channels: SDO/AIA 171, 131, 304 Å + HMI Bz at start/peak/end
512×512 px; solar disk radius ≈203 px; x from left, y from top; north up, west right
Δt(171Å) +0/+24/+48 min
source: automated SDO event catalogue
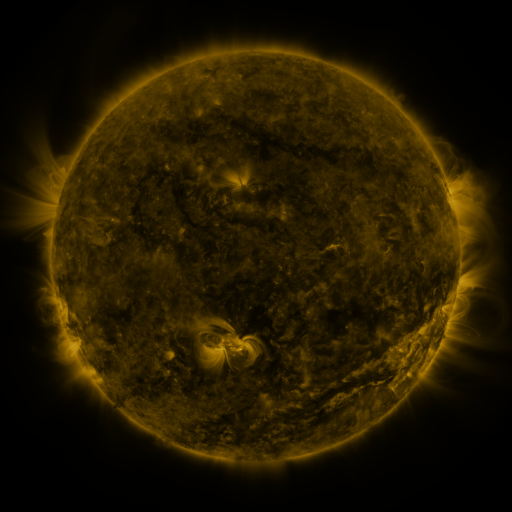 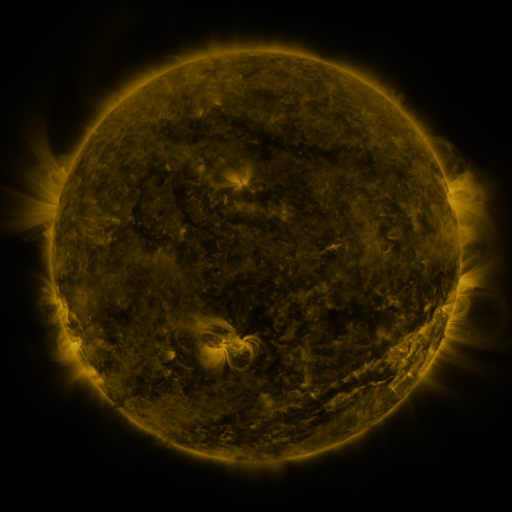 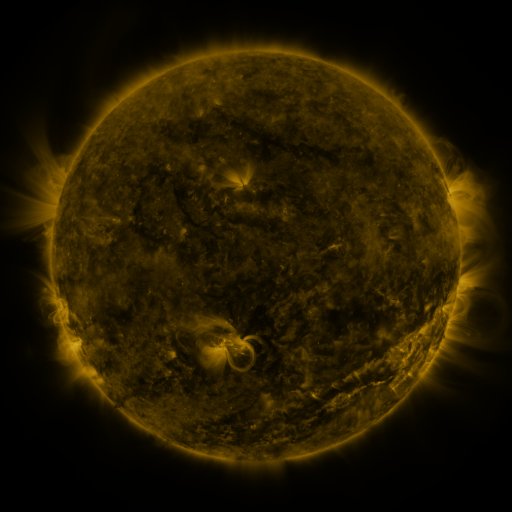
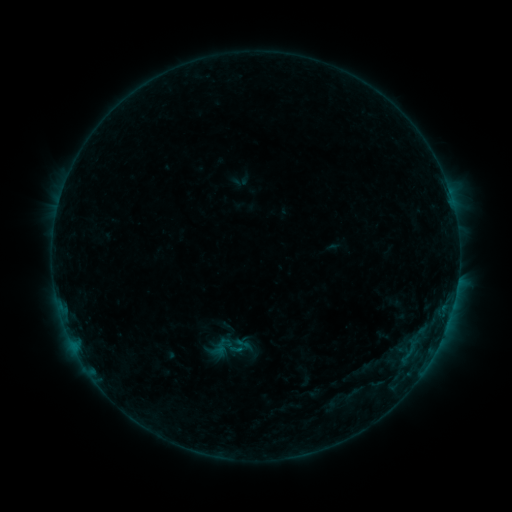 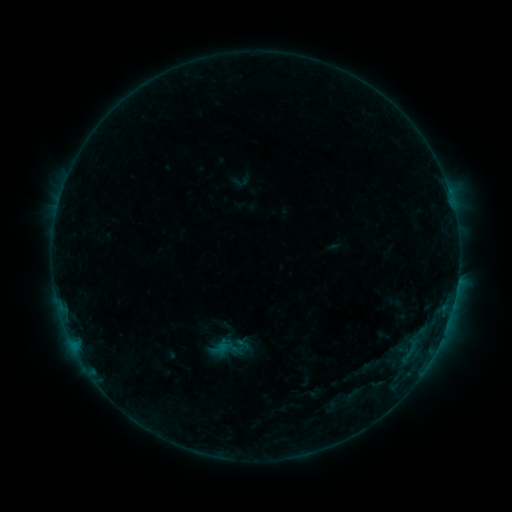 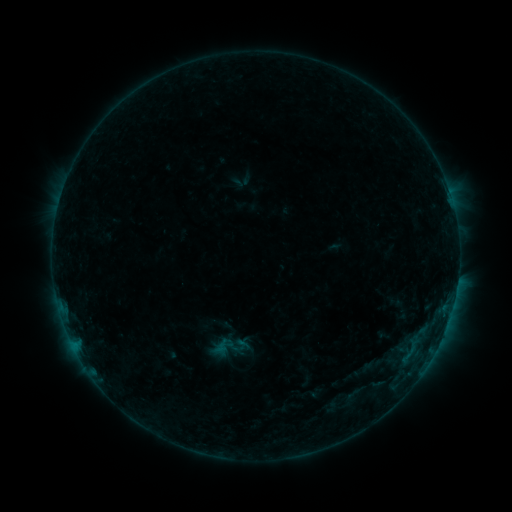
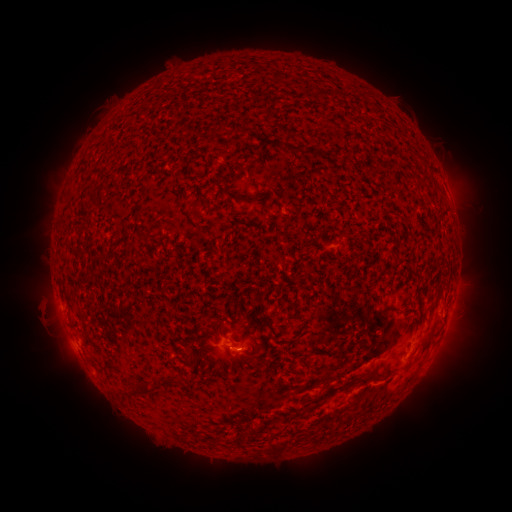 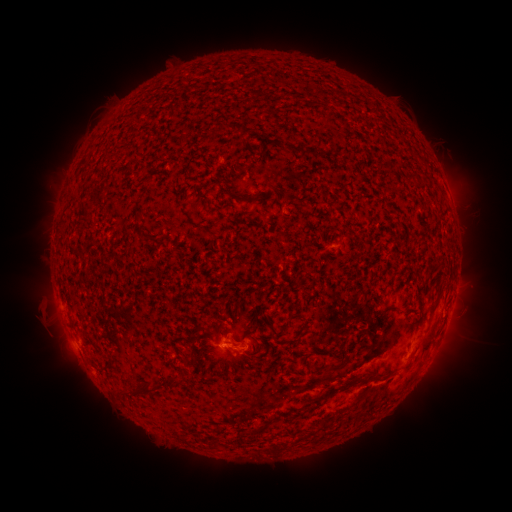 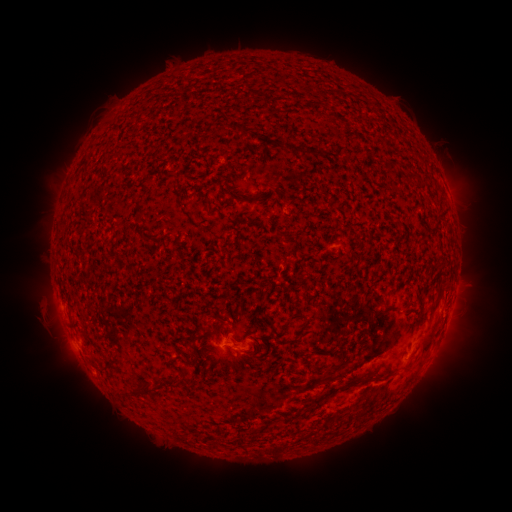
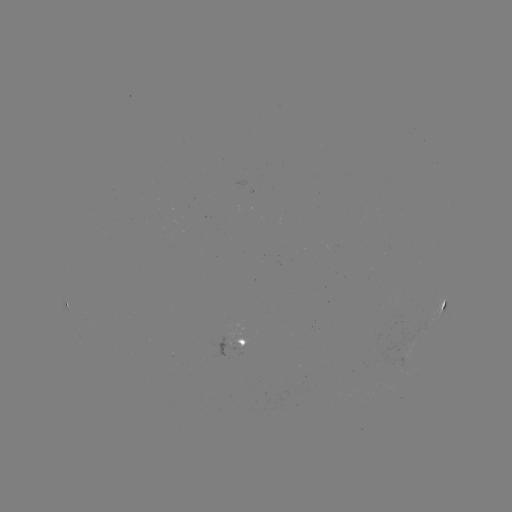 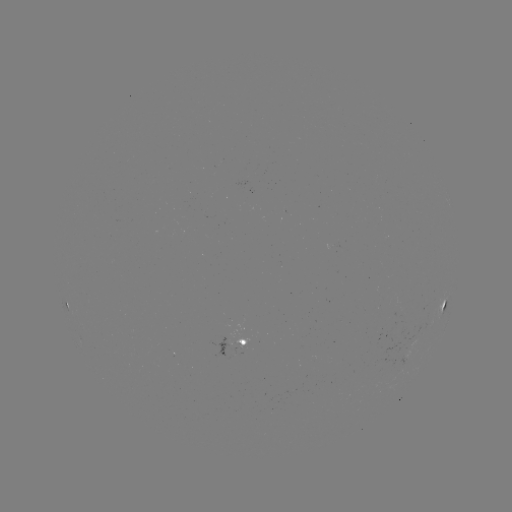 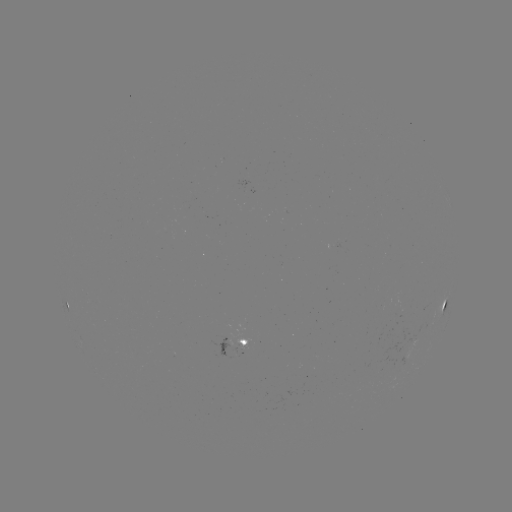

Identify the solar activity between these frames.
B4.9 flare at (226, 346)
